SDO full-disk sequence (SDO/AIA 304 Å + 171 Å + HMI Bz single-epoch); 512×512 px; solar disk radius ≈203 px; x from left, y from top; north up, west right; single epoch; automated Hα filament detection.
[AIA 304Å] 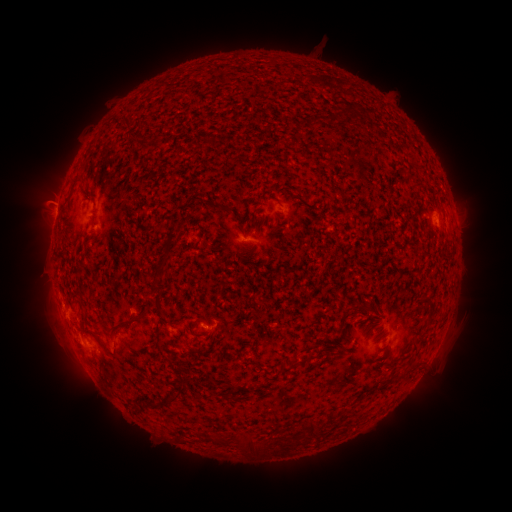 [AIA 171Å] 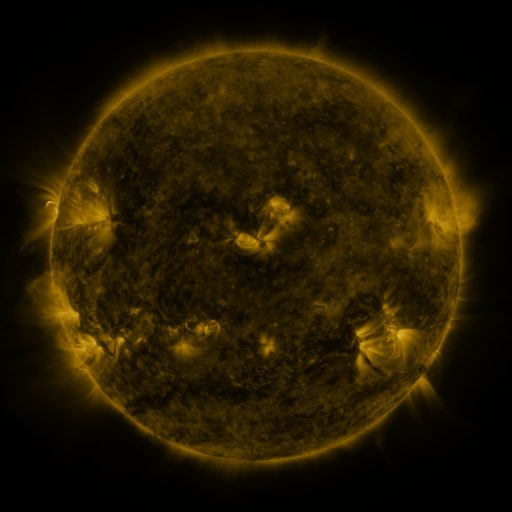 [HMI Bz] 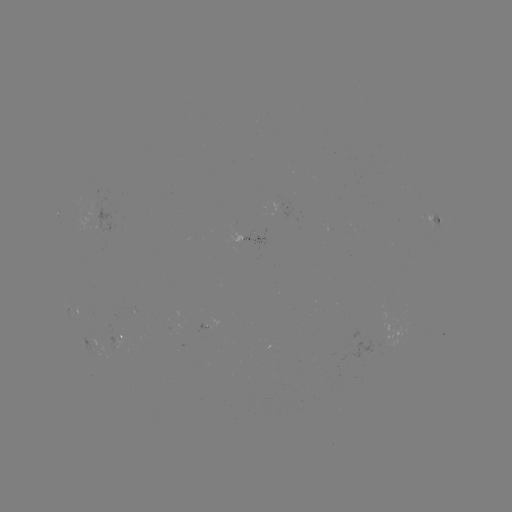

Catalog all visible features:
filament: <bbox>122, 115, 133, 126</bbox>
filament: <bbox>161, 250, 169, 259</bbox>
filament: <bbox>357, 303, 375, 314</bbox>
filament: <bbox>109, 319, 130, 333</bbox>
filament: <bbox>93, 332, 106, 348</bbox>
filament: <bbox>299, 353, 314, 363</bbox>
filament: <bbox>279, 363, 290, 376</bbox>
filament: <bbox>174, 382, 185, 392</bbox>
filament: <bbox>163, 392, 176, 402</bbox>
filament: <bbox>141, 397, 152, 406</bbox>
filament: <bbox>306, 420, 316, 438</bbox>
